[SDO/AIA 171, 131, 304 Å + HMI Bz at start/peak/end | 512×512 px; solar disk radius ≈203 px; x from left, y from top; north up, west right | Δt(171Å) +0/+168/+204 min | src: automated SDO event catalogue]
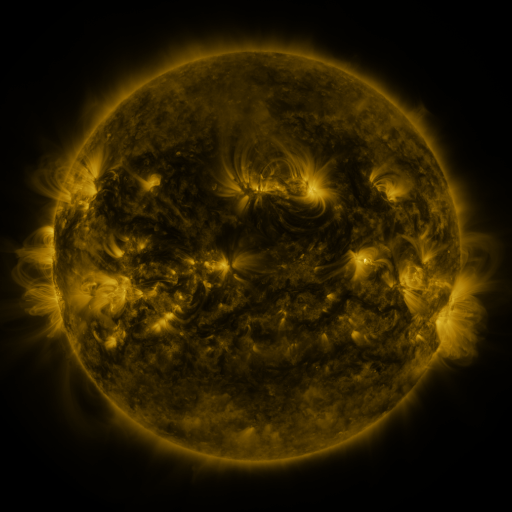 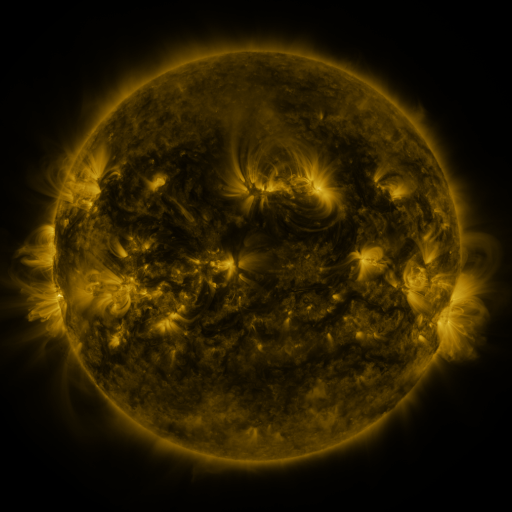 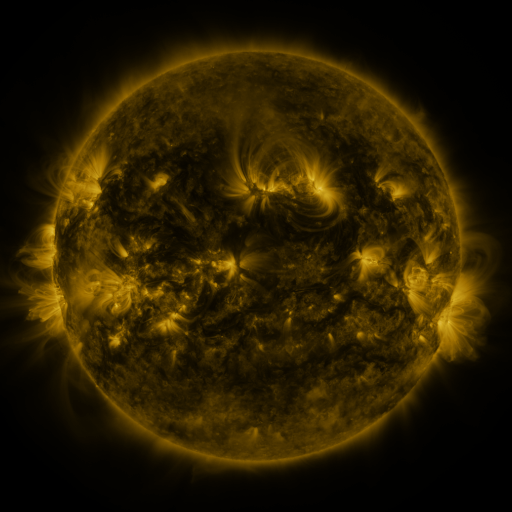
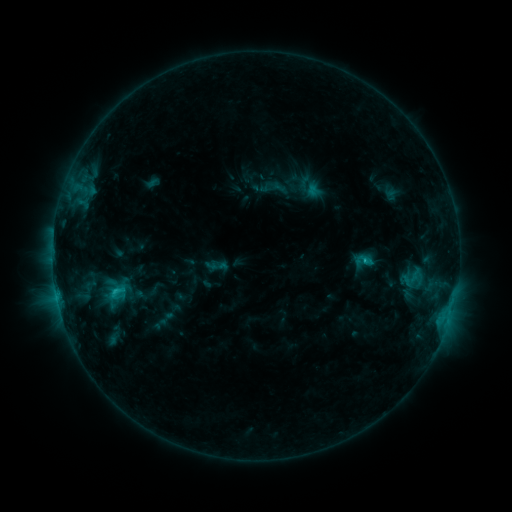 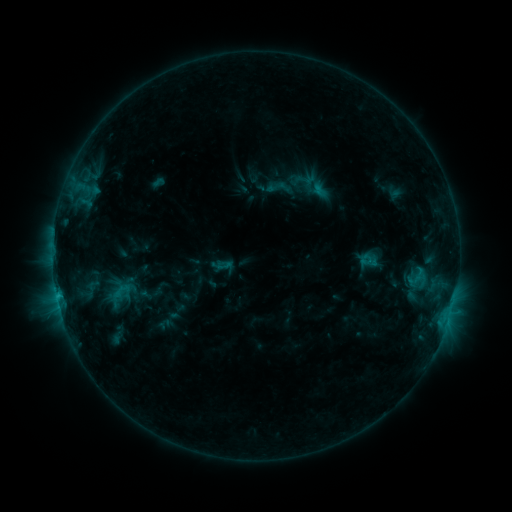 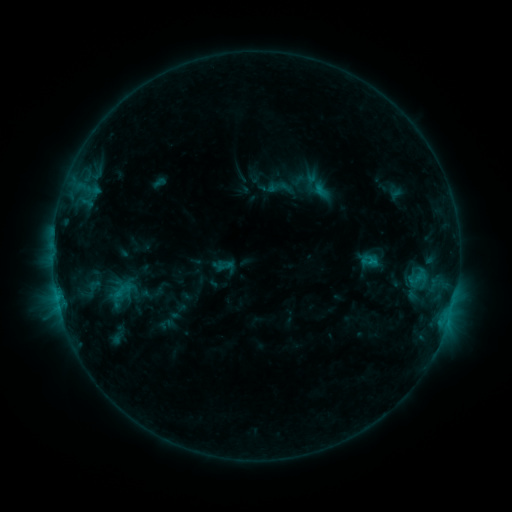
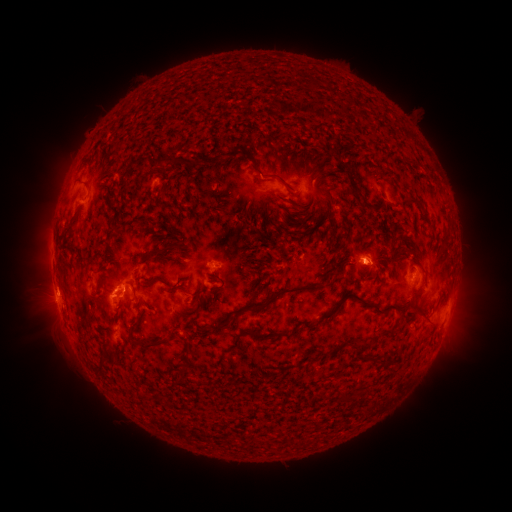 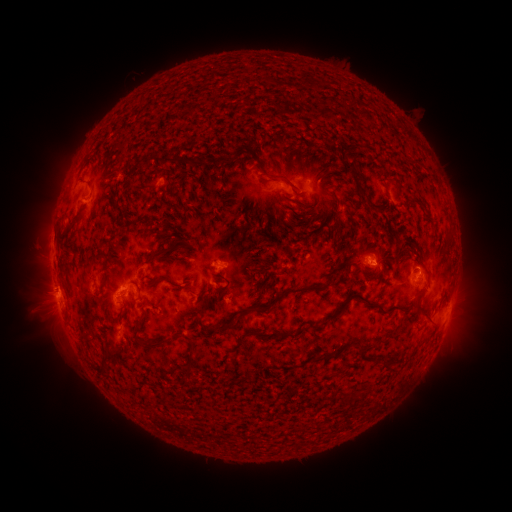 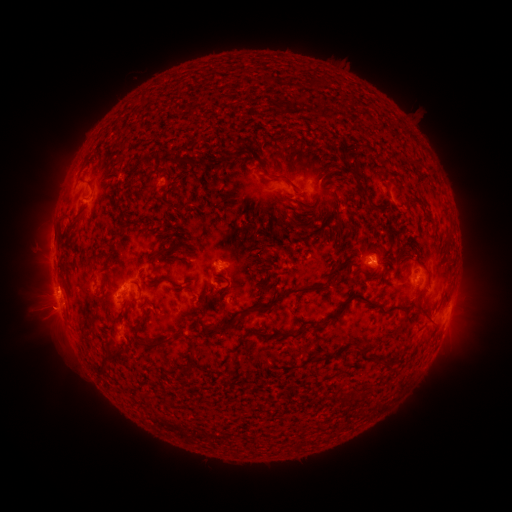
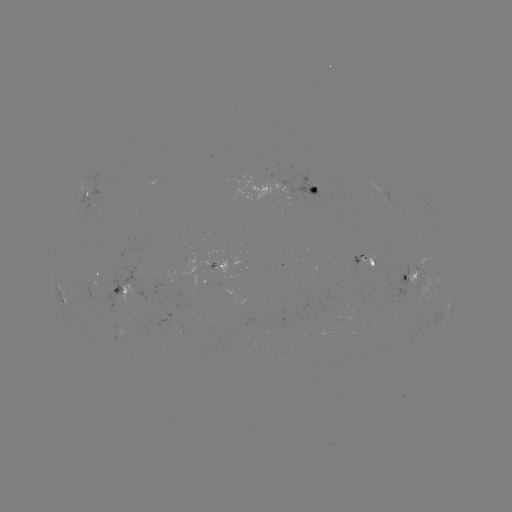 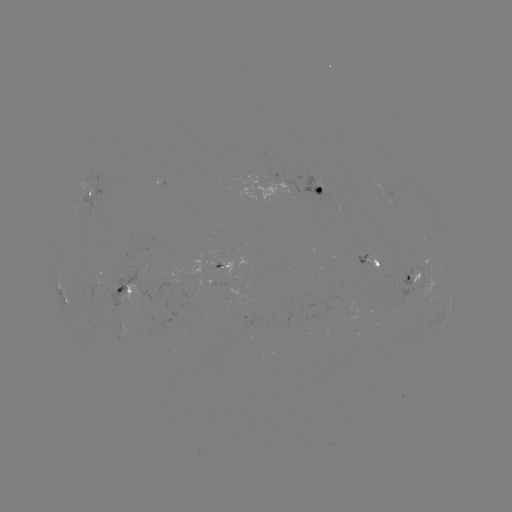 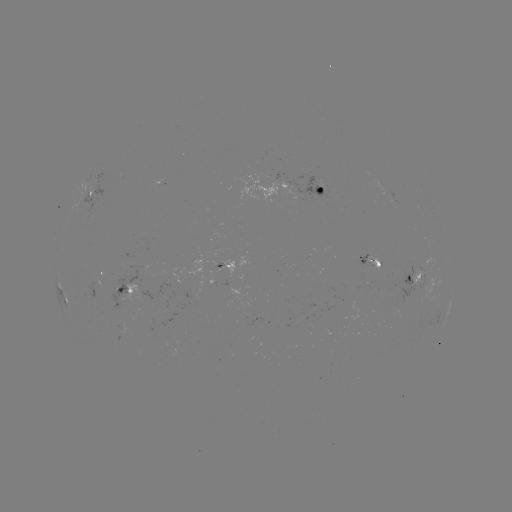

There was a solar emerging-flux region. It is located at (212, 263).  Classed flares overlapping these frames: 2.